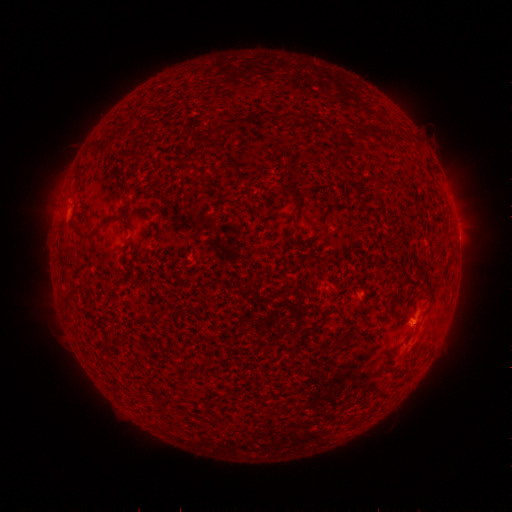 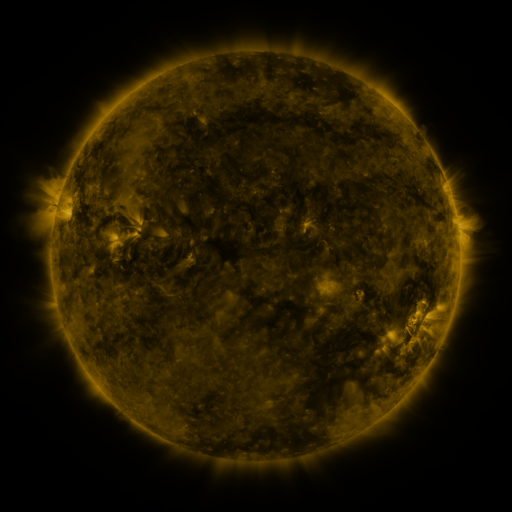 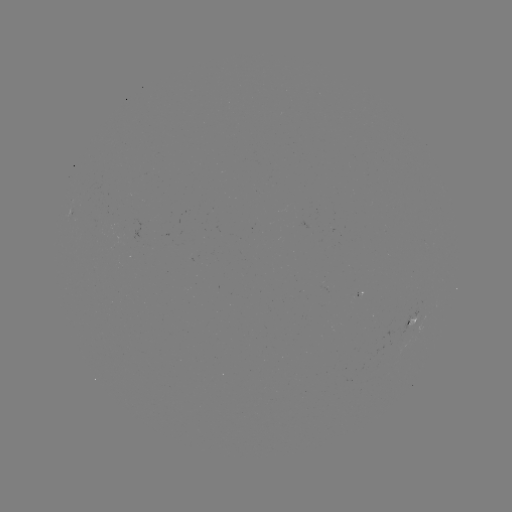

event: spotted active region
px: (410, 325)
